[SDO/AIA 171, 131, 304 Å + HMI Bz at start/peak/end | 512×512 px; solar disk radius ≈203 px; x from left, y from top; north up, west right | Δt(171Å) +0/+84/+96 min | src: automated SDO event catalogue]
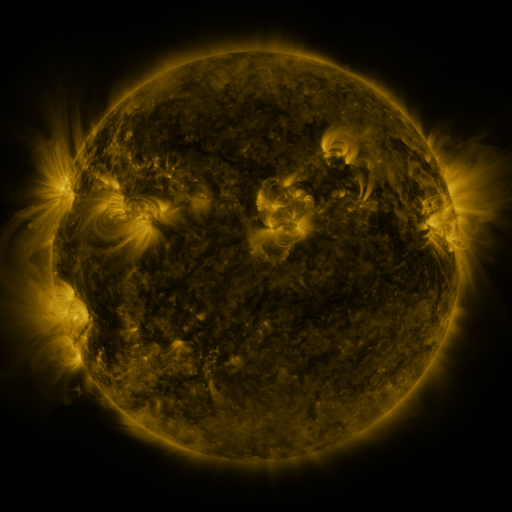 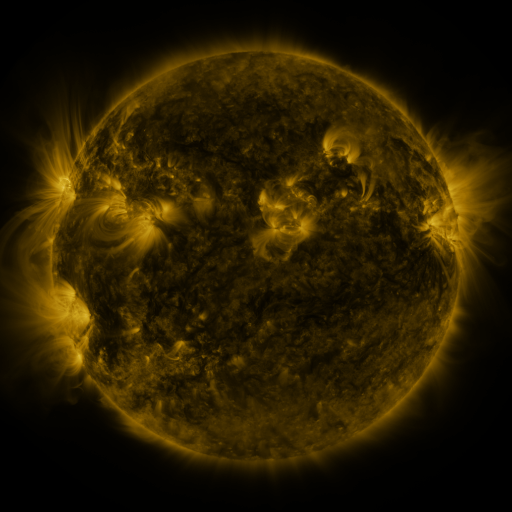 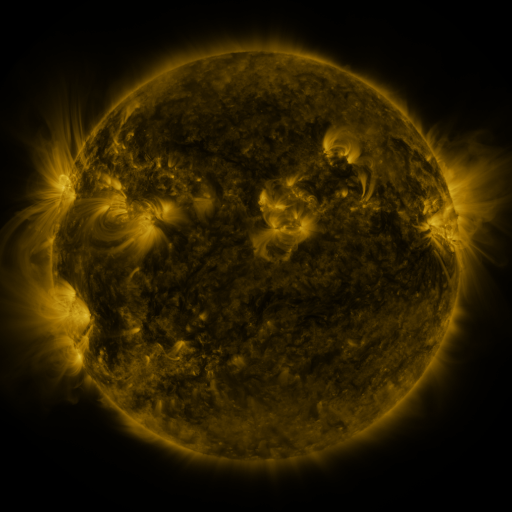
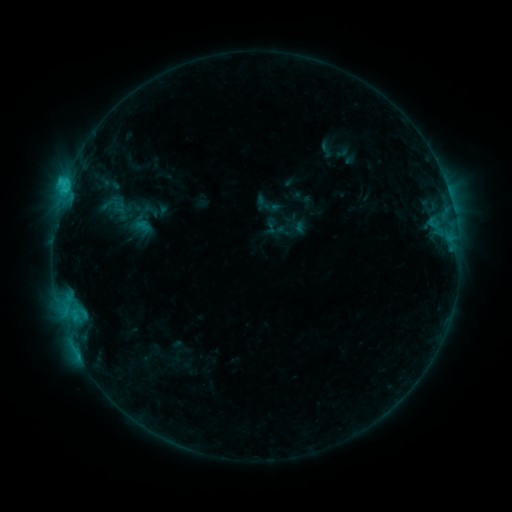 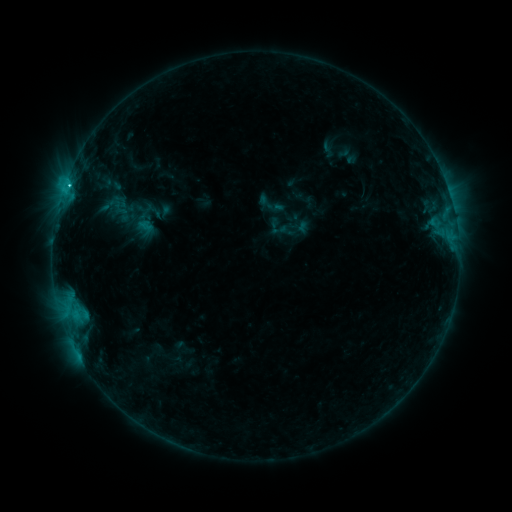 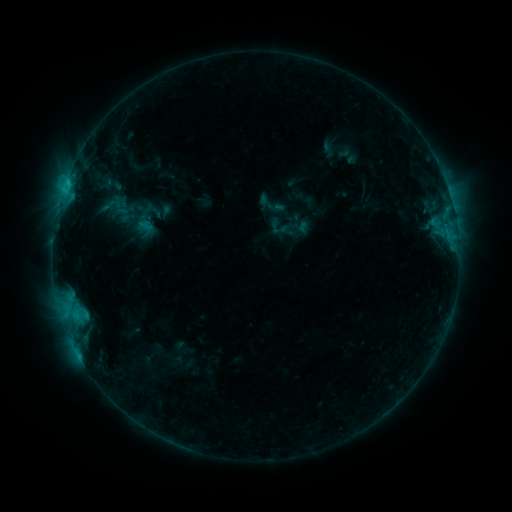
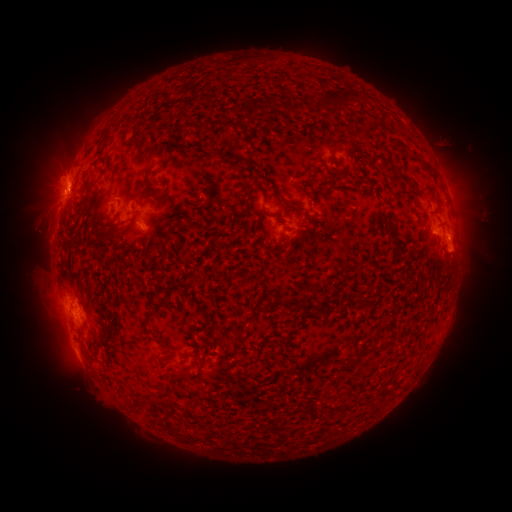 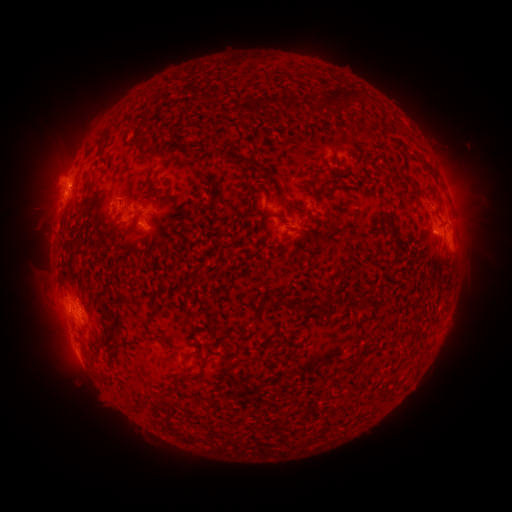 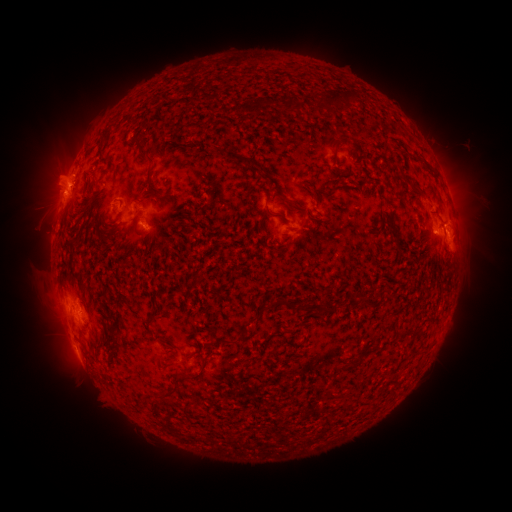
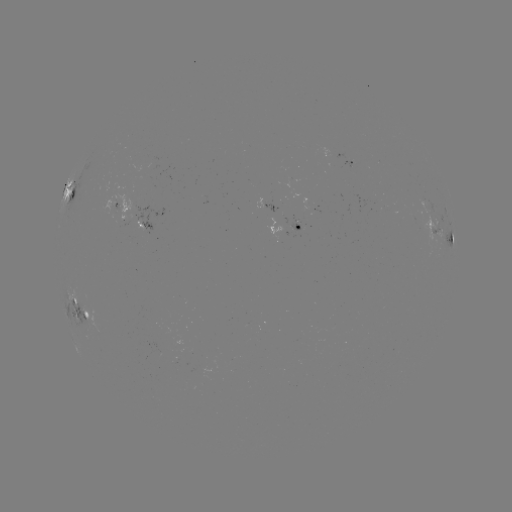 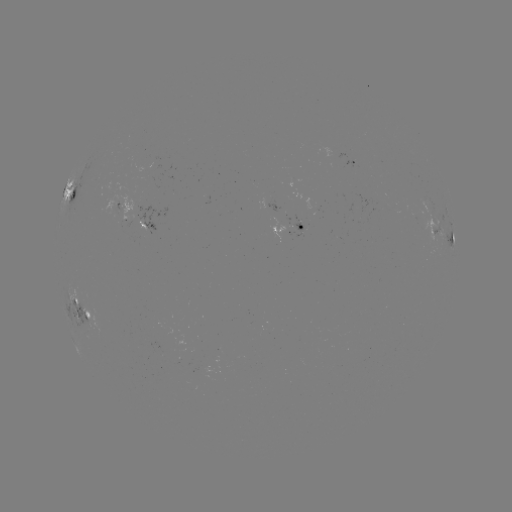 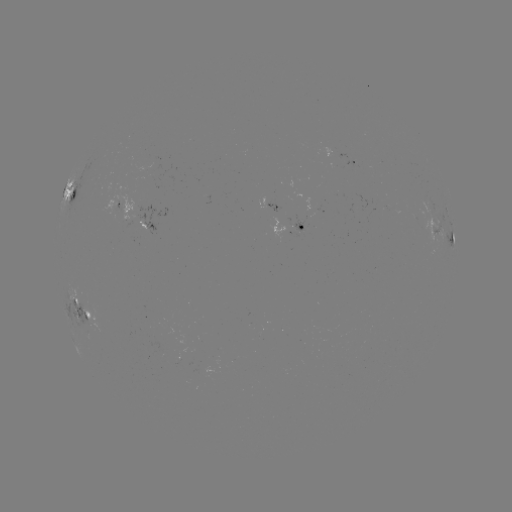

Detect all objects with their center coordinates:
emerging-flux region: (352, 161)
